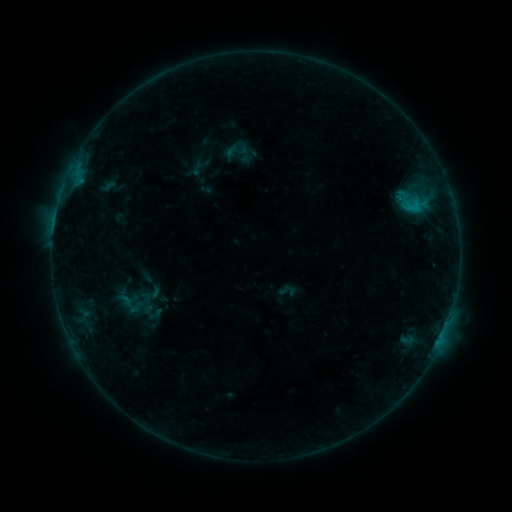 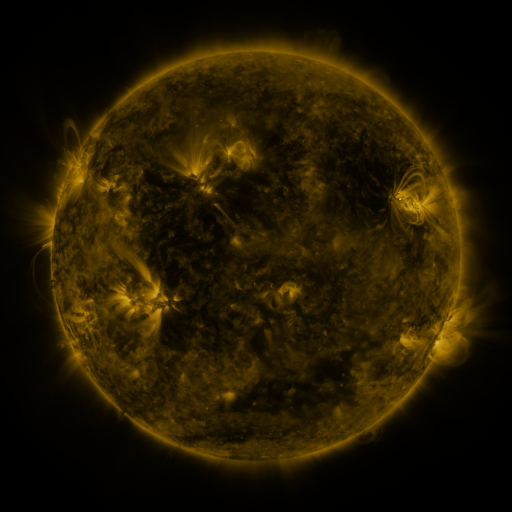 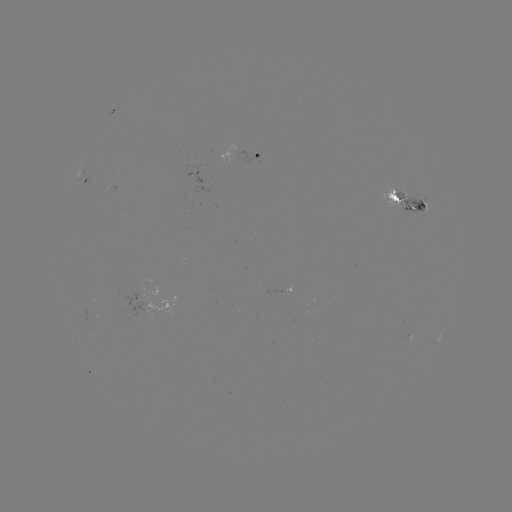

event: sigmoid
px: (287, 290)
